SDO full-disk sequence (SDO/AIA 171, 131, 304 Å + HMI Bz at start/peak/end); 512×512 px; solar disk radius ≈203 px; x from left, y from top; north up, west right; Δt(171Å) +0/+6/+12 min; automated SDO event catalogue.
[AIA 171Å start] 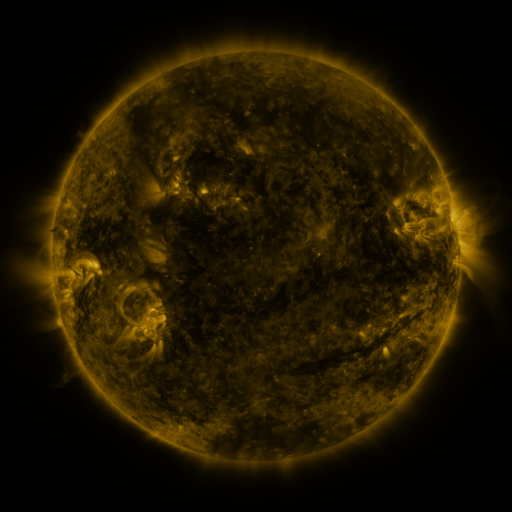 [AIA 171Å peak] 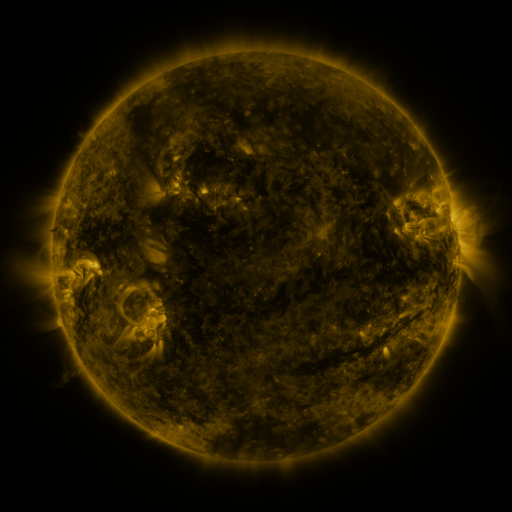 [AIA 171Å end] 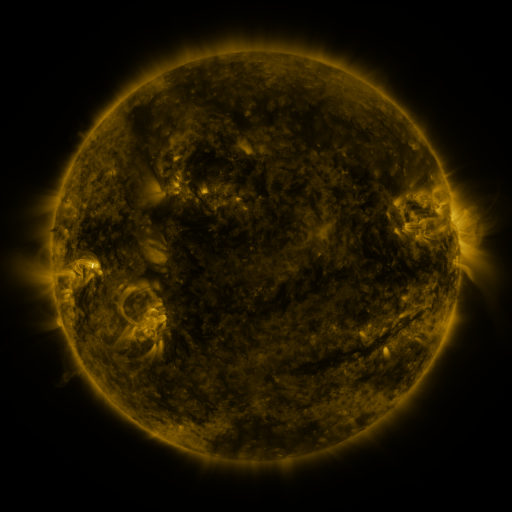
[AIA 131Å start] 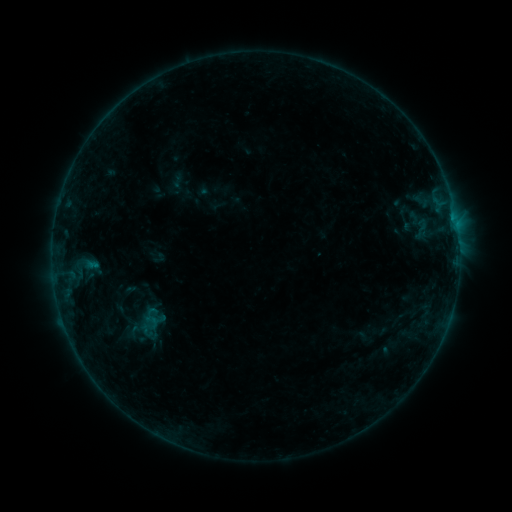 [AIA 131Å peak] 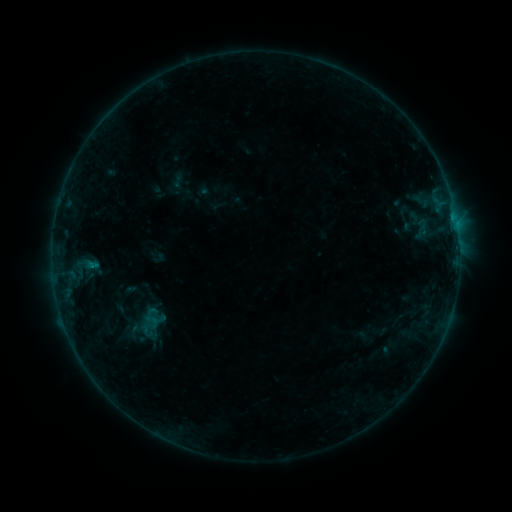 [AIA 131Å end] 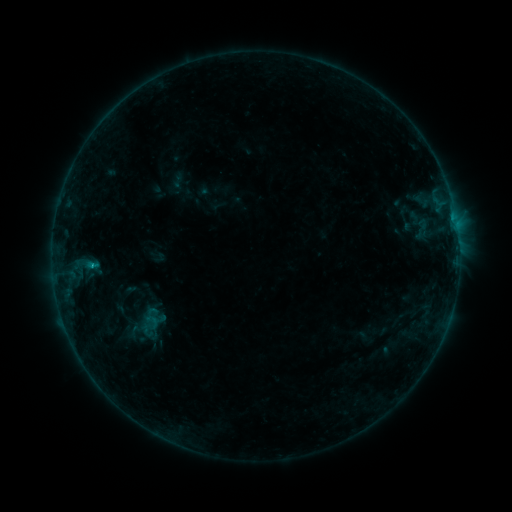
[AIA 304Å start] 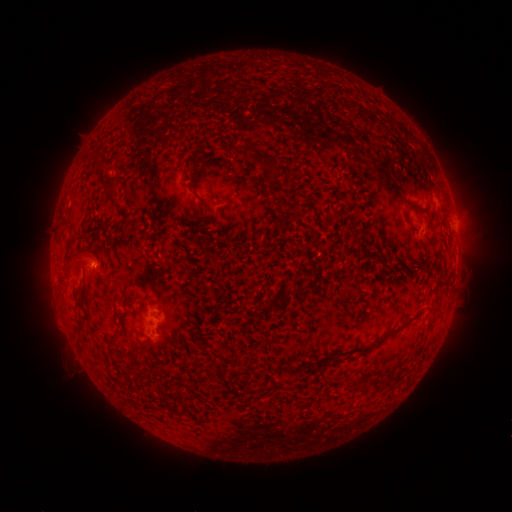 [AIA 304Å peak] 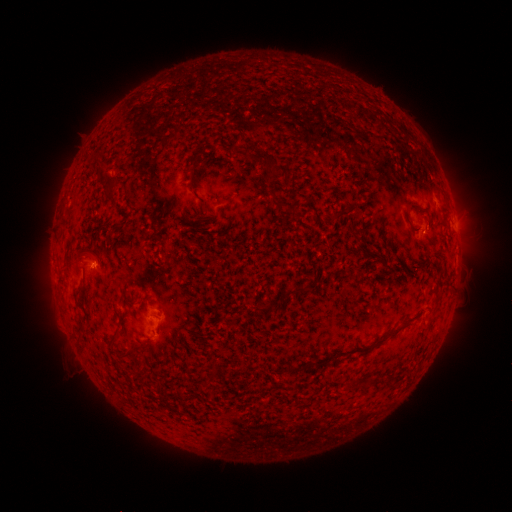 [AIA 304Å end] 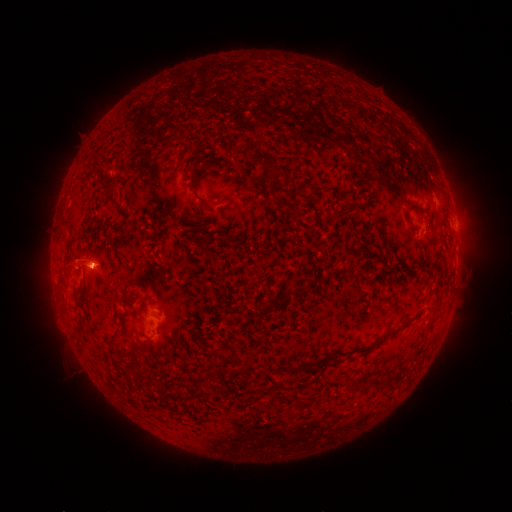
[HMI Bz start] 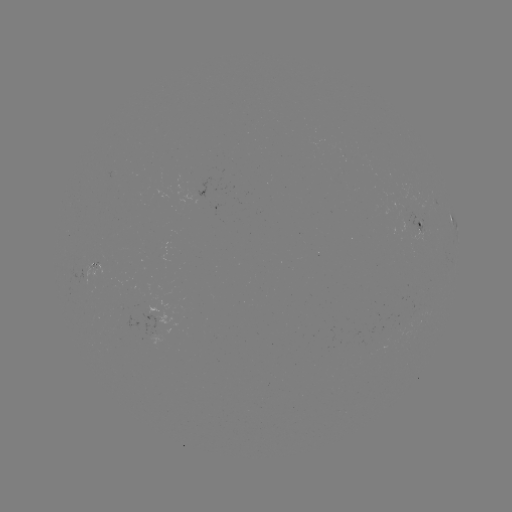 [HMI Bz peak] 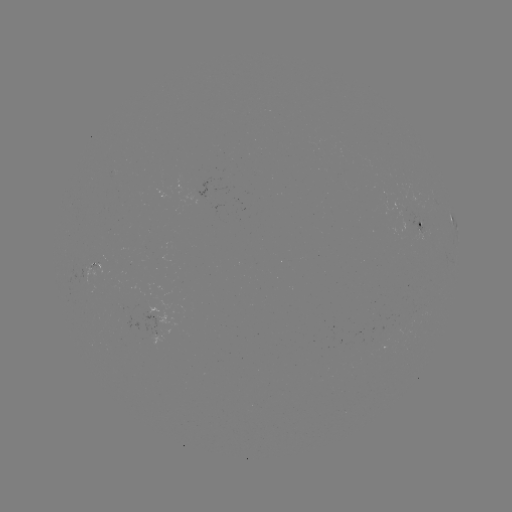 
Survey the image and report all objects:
B4.5 flare: (92, 265)
